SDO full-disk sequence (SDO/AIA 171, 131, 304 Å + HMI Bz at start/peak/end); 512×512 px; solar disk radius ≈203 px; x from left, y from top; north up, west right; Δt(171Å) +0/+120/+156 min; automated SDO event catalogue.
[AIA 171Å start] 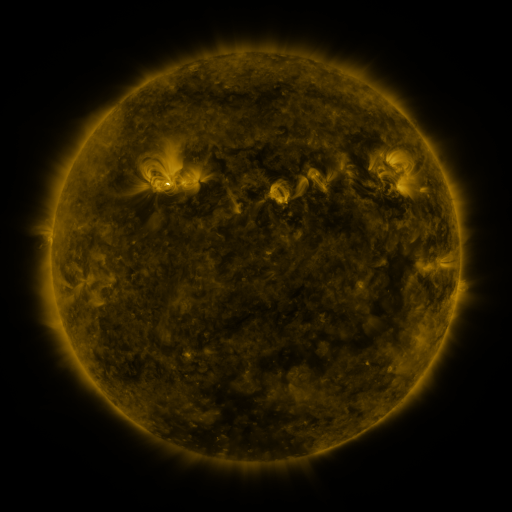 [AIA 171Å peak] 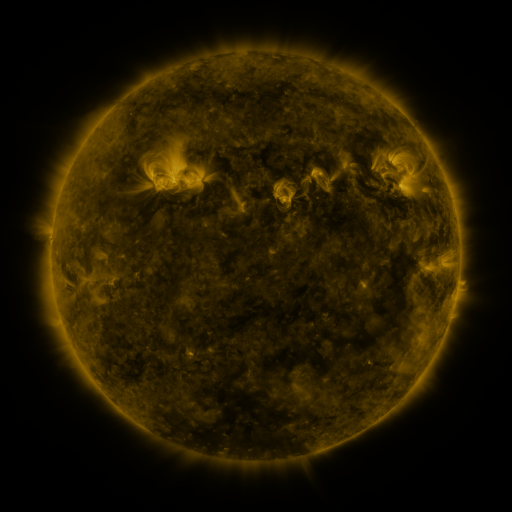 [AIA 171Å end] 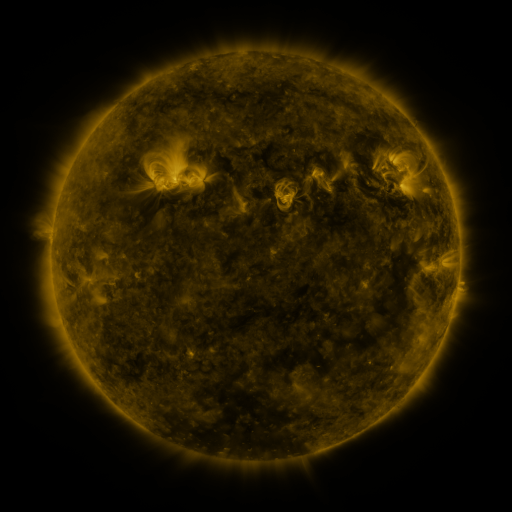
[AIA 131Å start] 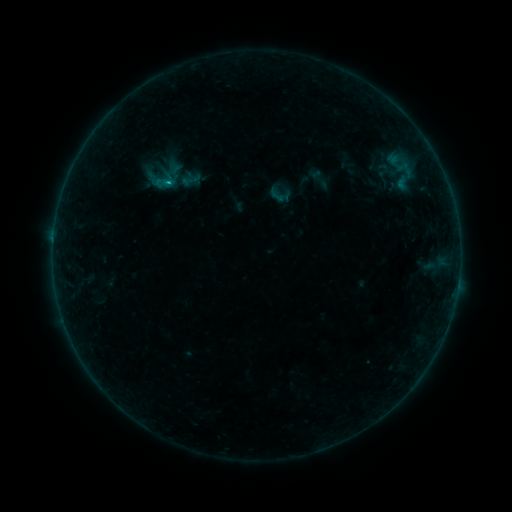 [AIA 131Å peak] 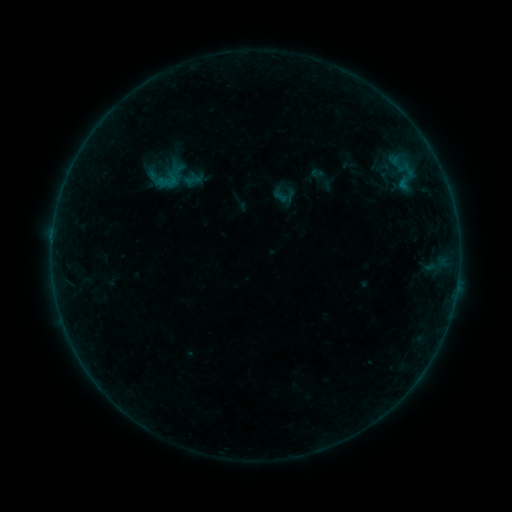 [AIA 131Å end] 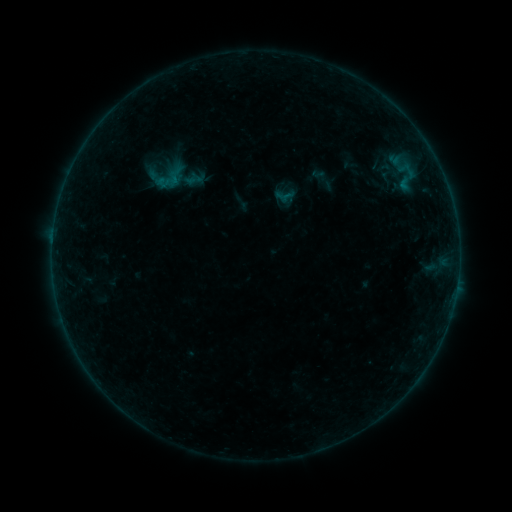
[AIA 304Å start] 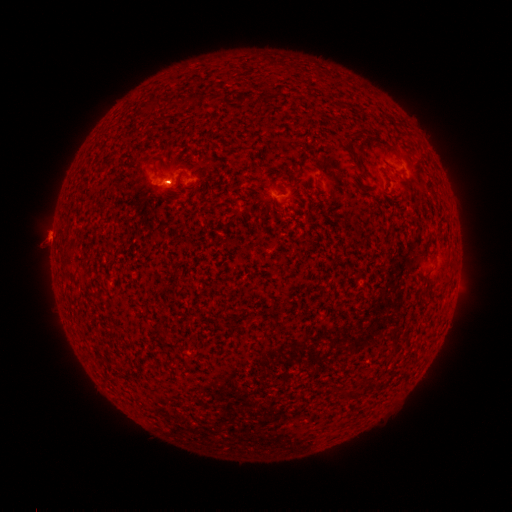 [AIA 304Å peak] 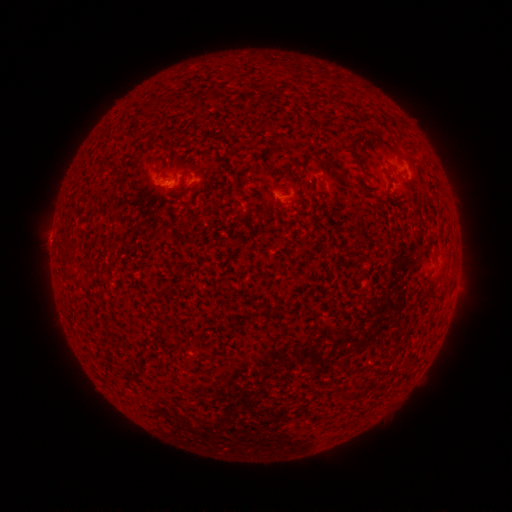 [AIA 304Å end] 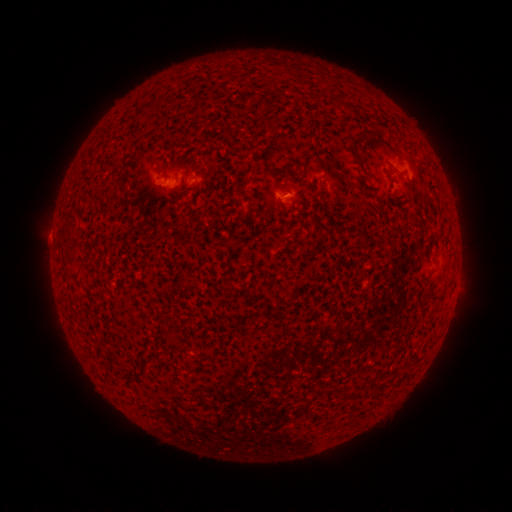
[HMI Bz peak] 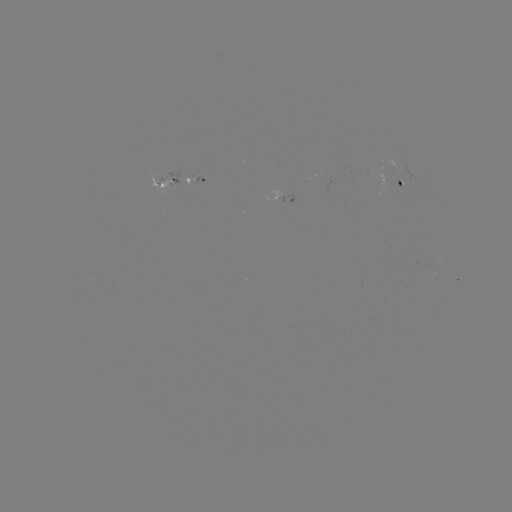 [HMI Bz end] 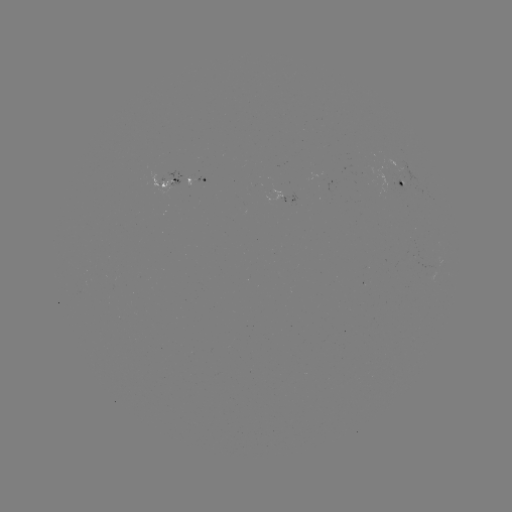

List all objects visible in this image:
emerging-flux region: (307, 172)
